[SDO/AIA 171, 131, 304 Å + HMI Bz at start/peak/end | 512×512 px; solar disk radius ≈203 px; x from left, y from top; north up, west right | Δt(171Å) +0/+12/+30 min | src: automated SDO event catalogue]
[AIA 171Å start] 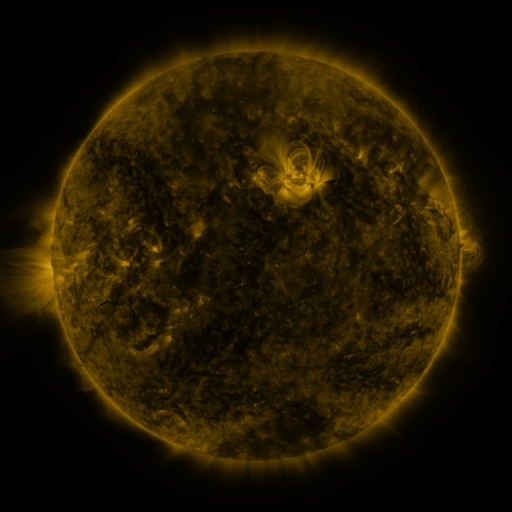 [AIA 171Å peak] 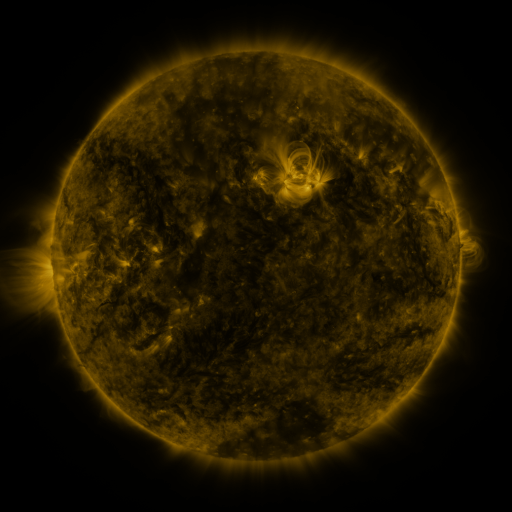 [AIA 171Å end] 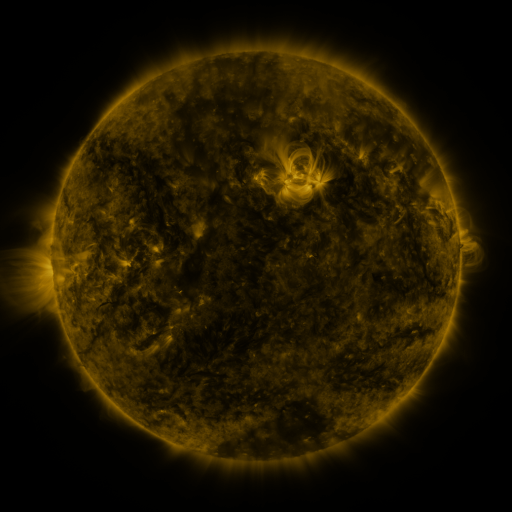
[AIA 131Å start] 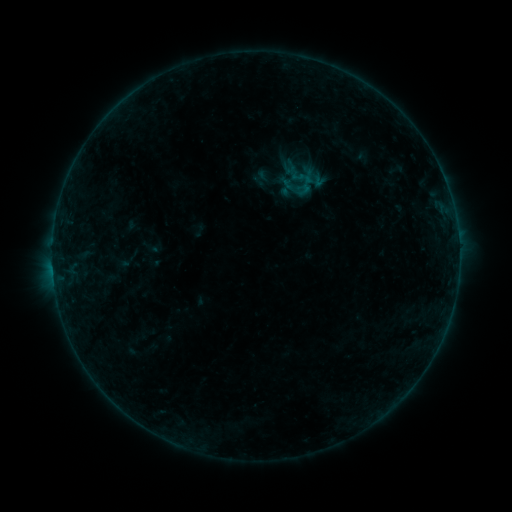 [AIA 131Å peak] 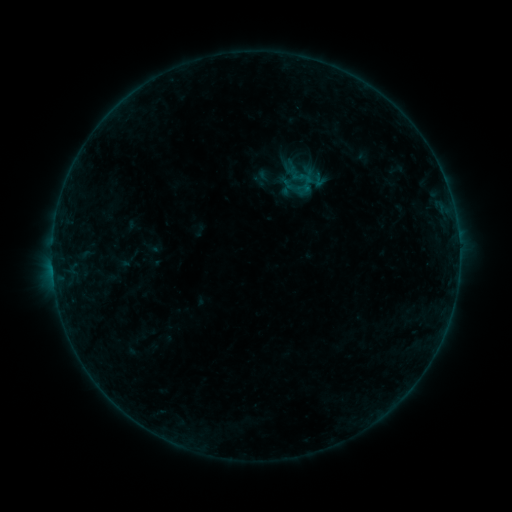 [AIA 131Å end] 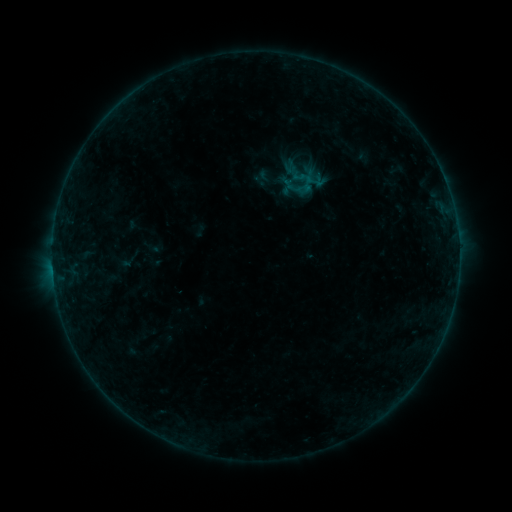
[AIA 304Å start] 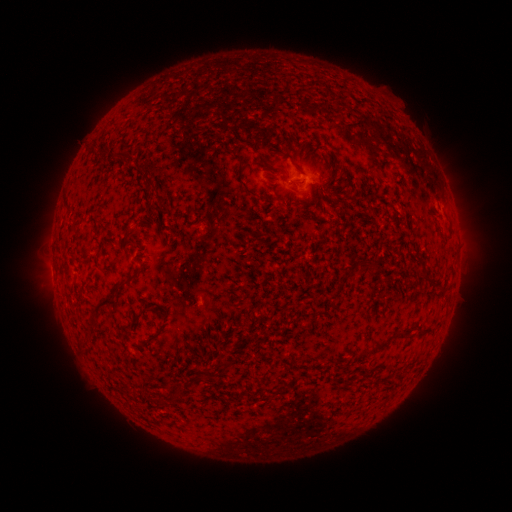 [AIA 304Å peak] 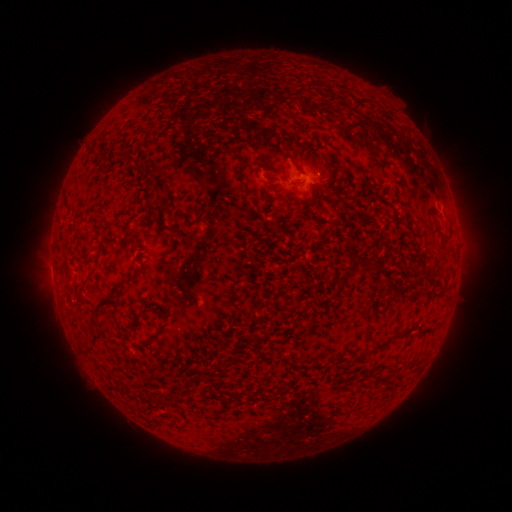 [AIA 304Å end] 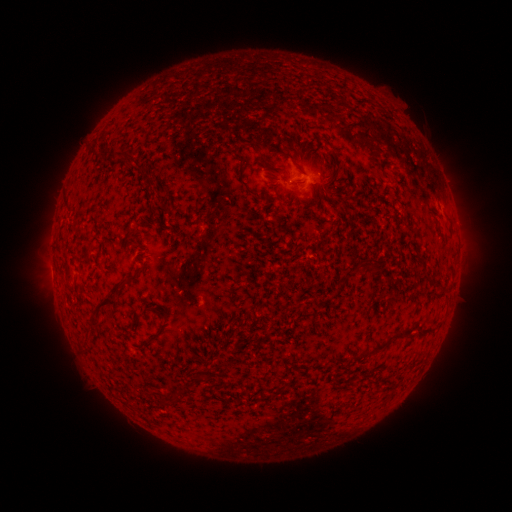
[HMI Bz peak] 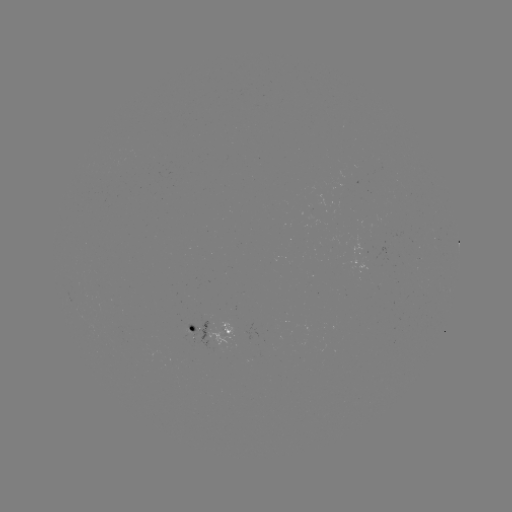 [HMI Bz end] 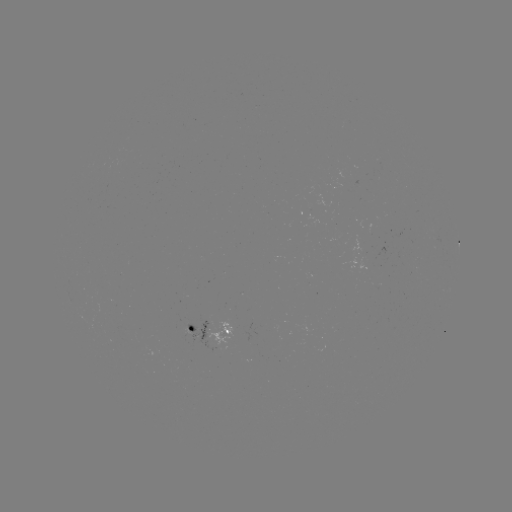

no classed flare was catalogued and no EUV brightening was flagged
